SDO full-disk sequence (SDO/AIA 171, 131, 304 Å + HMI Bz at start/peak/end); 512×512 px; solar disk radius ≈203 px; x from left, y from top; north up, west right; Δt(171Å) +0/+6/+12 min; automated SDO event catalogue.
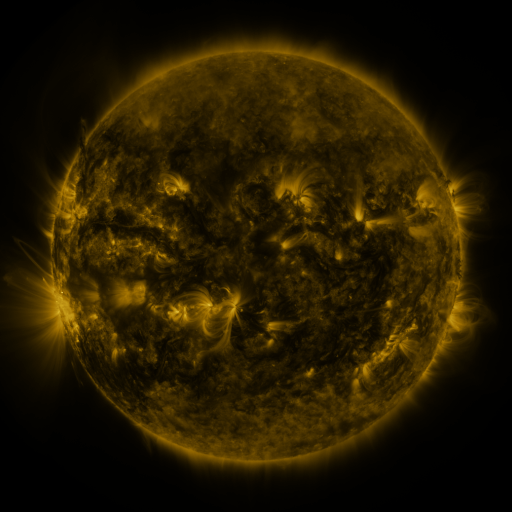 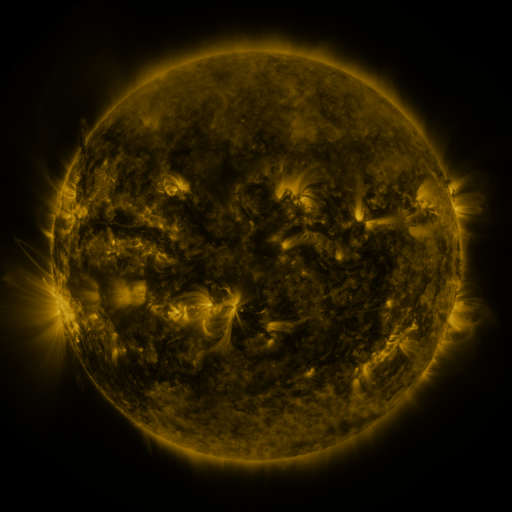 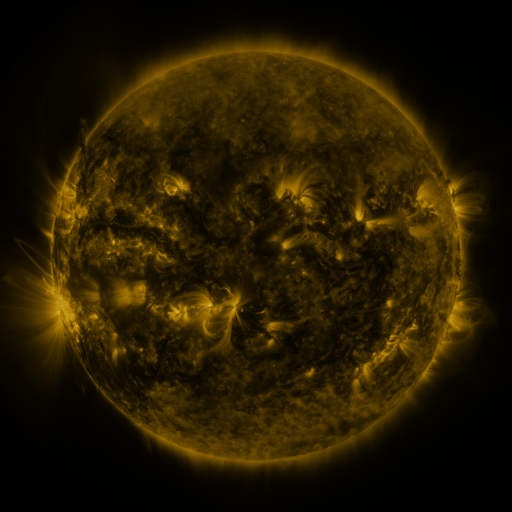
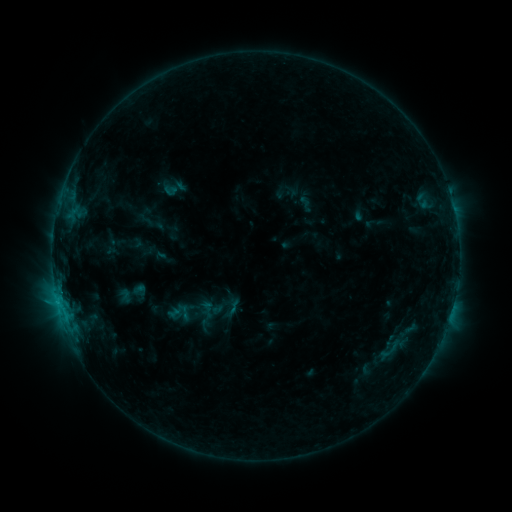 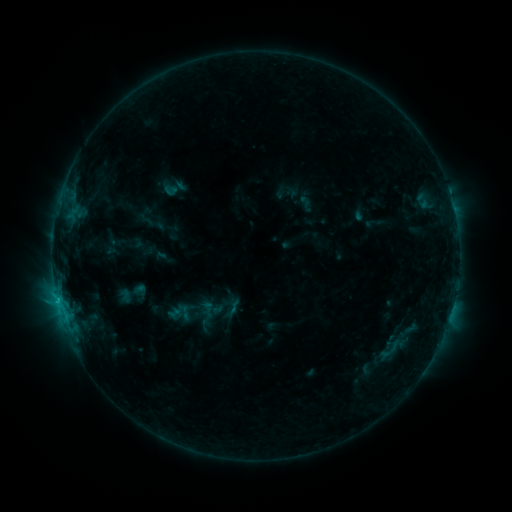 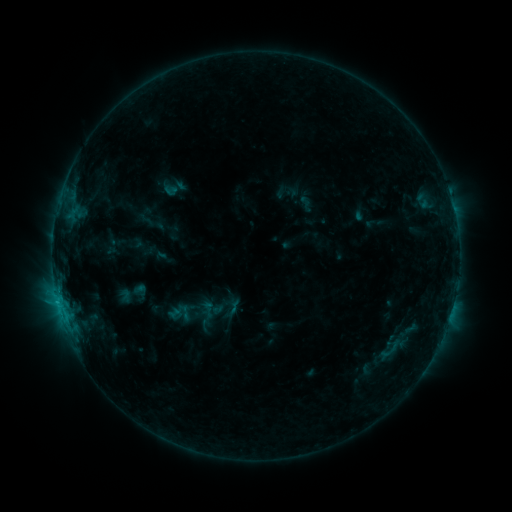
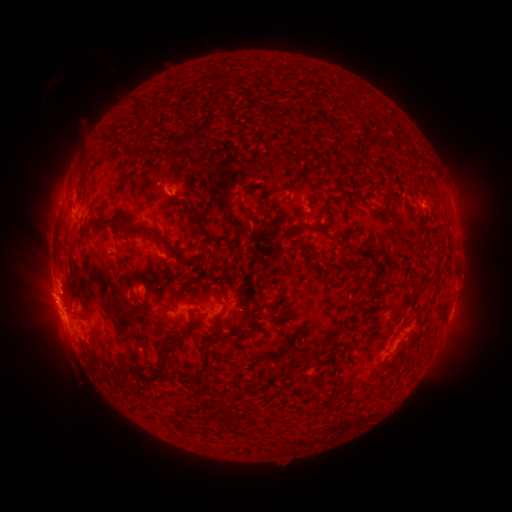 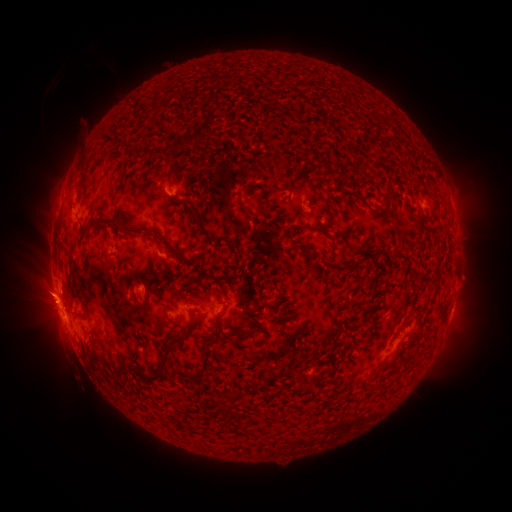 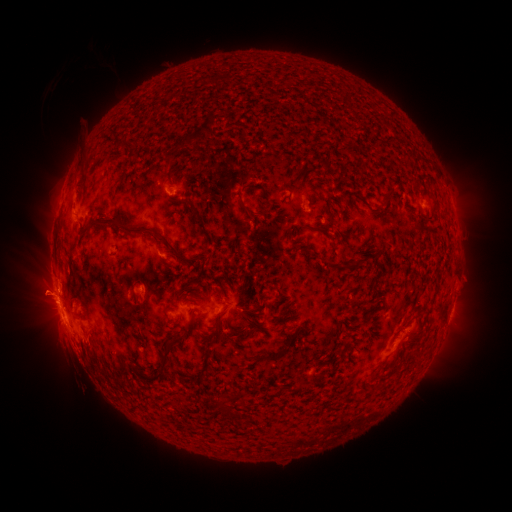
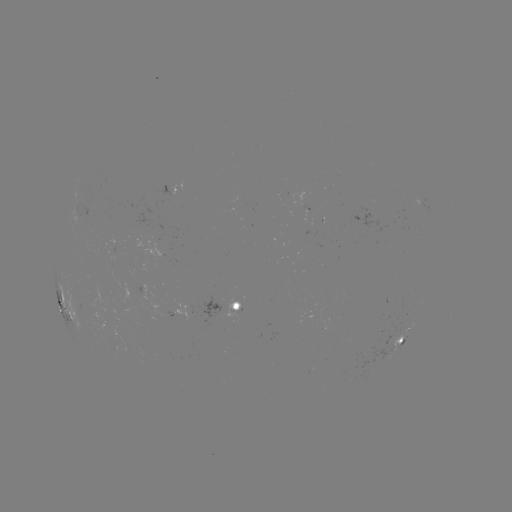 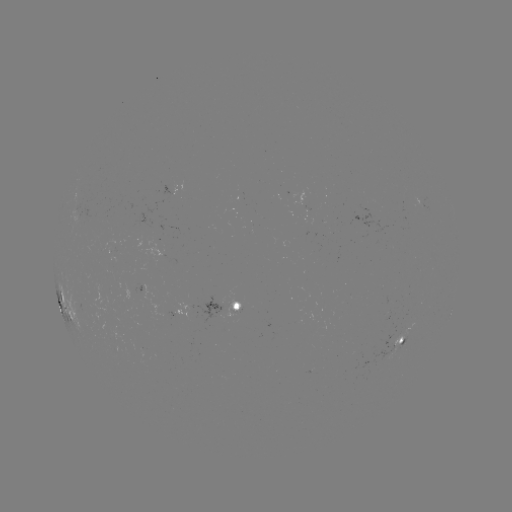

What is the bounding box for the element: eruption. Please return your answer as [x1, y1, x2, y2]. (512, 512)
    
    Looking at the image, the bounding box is [11, 265, 63, 320].